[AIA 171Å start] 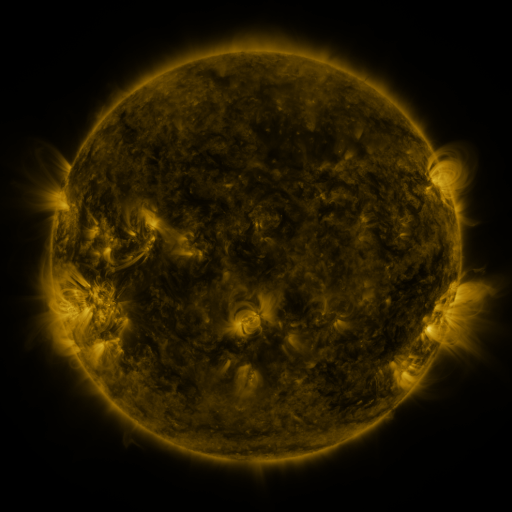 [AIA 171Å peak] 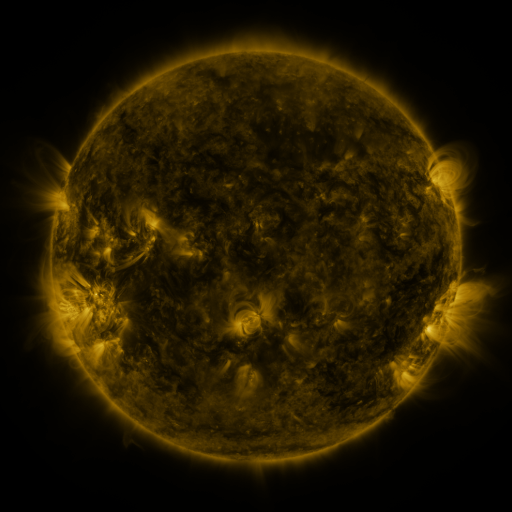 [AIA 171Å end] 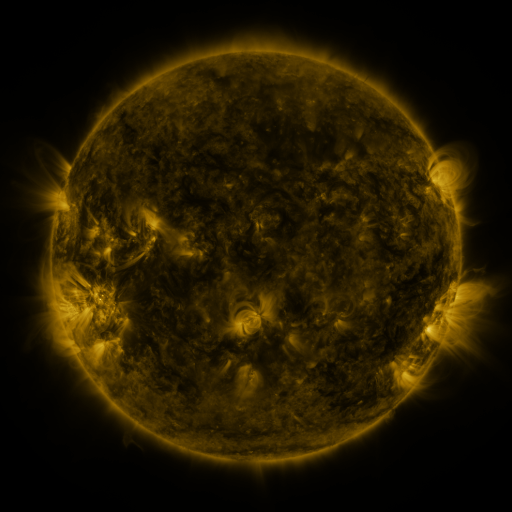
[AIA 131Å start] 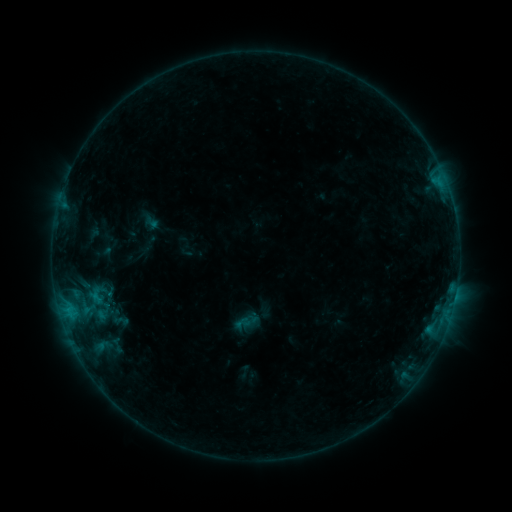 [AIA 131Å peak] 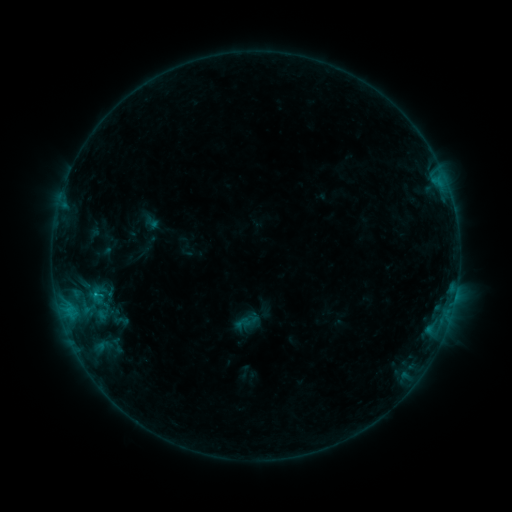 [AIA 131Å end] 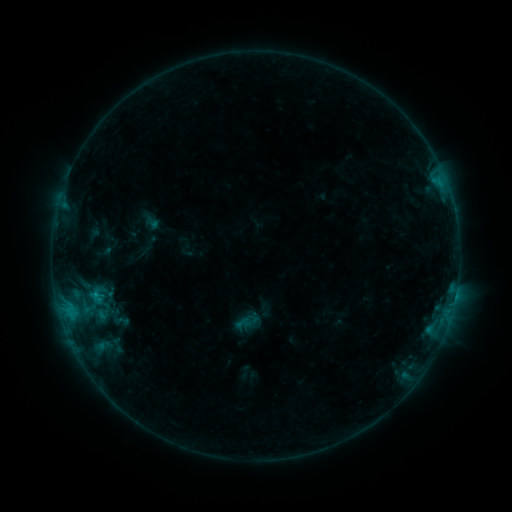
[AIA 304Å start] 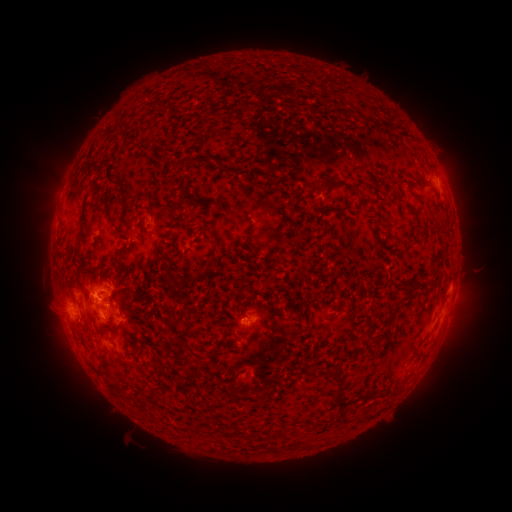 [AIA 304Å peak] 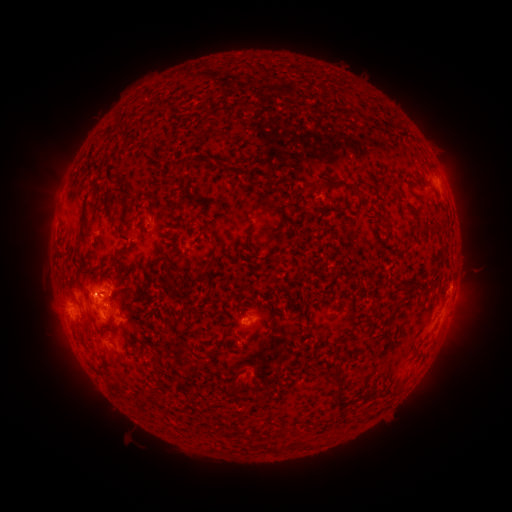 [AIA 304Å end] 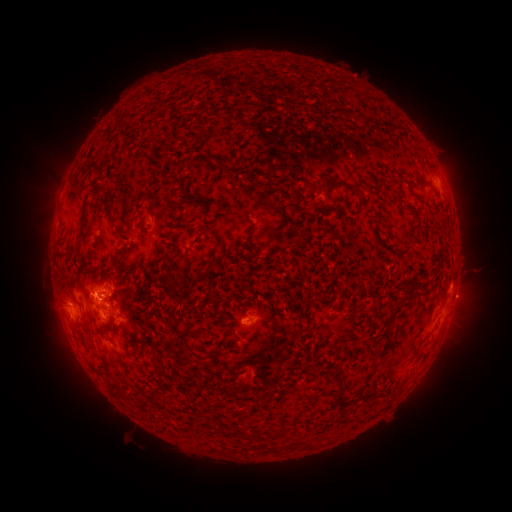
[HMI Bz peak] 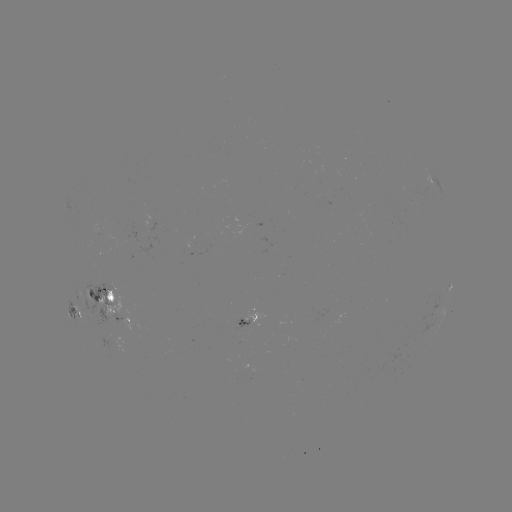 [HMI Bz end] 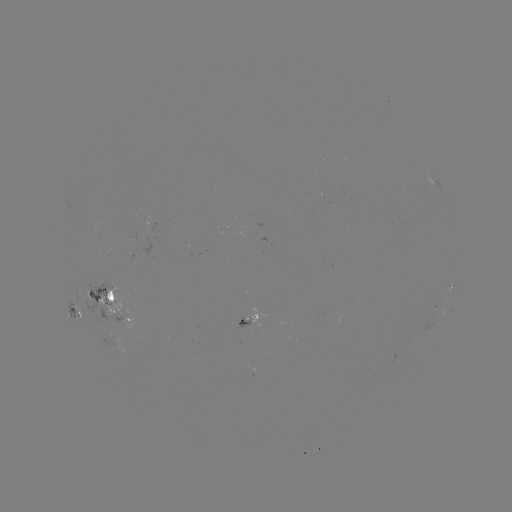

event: flare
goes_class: C1.0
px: (97, 291)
